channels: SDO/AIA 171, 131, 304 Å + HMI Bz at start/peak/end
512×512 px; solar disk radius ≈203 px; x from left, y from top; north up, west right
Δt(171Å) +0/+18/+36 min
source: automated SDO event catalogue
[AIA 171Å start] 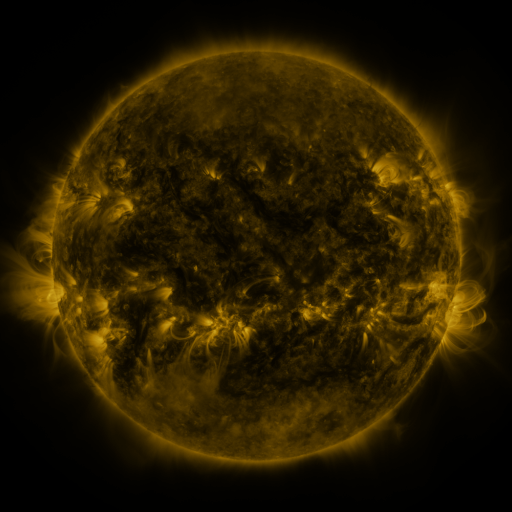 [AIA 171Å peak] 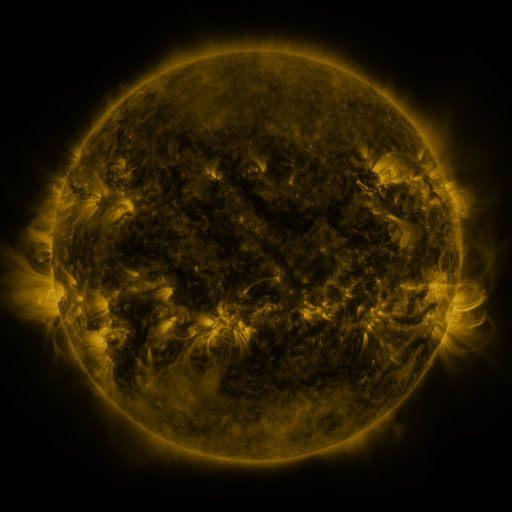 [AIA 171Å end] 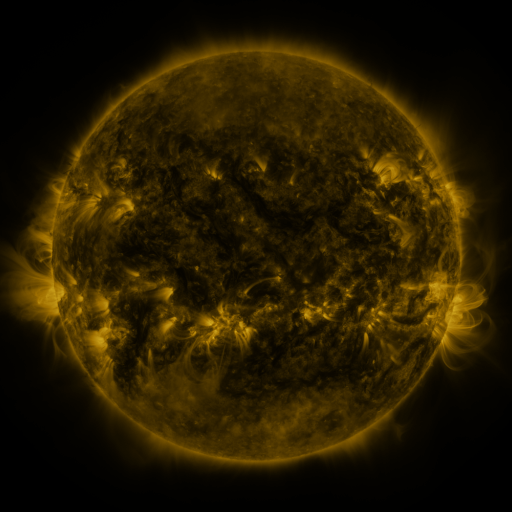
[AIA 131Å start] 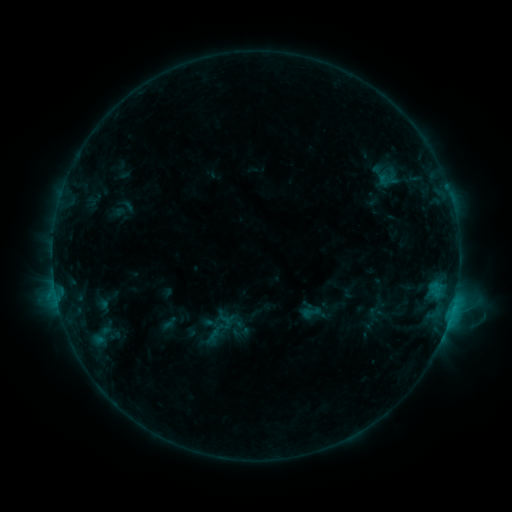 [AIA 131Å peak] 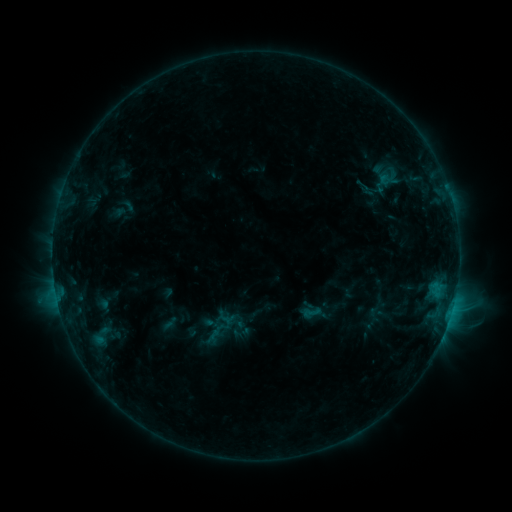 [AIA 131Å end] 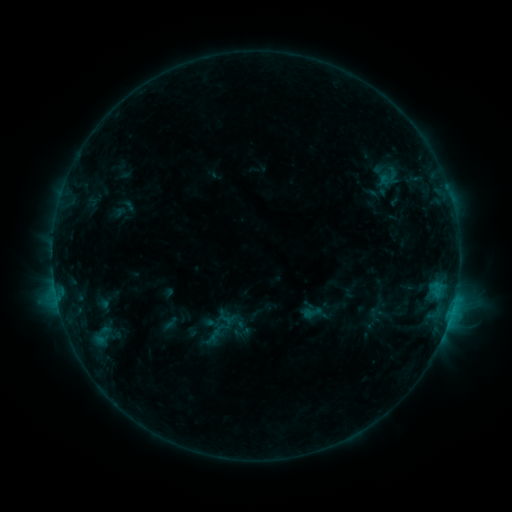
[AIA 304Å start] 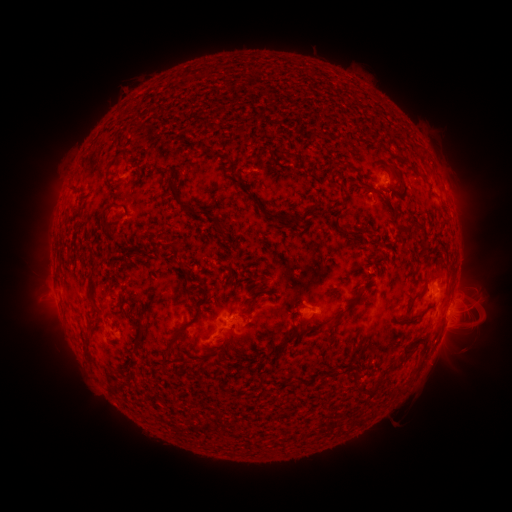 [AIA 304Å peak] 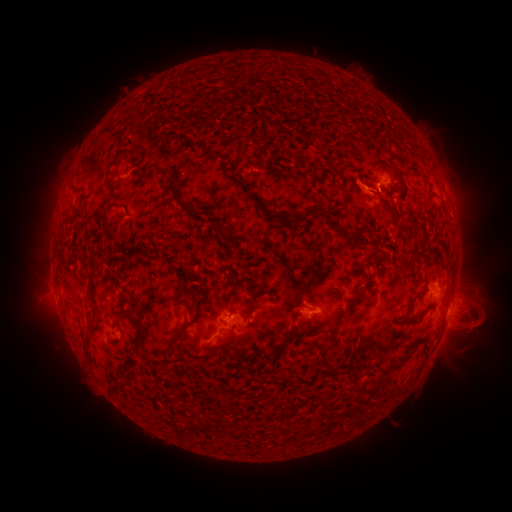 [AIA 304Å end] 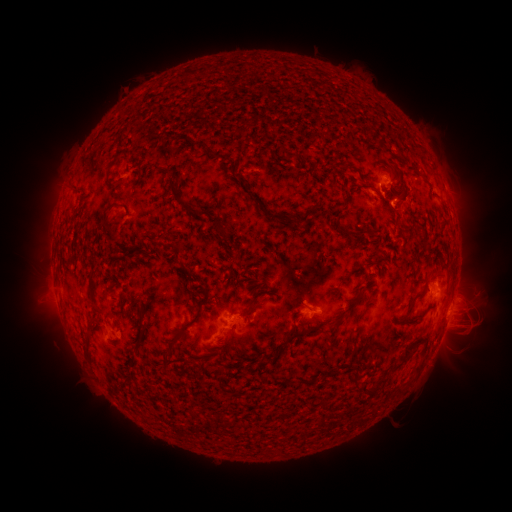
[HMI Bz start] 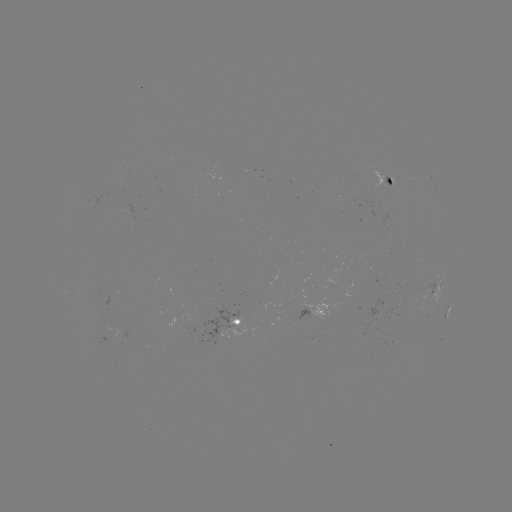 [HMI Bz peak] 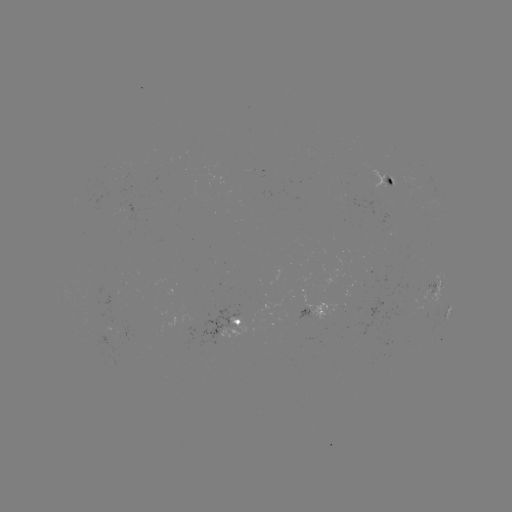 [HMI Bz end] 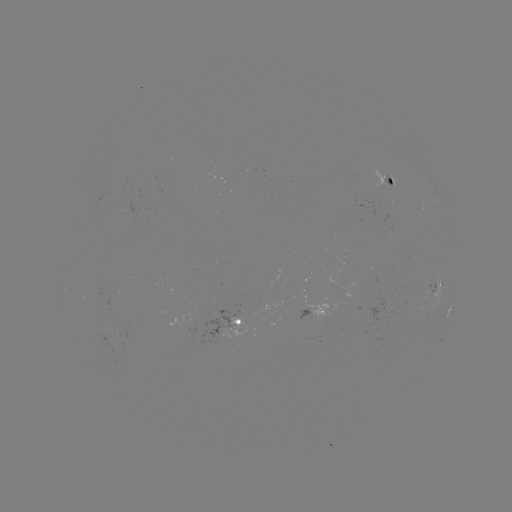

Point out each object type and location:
eruption: (389, 199)
